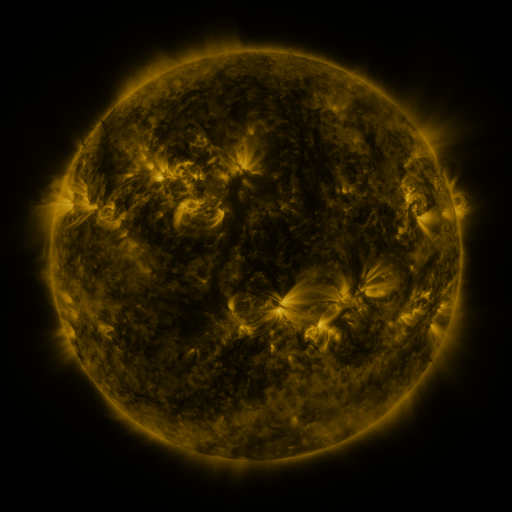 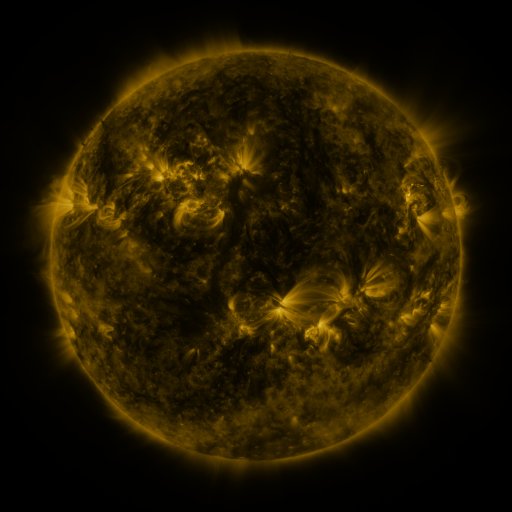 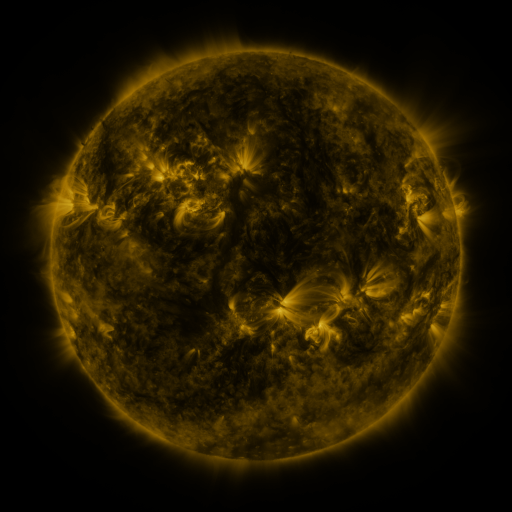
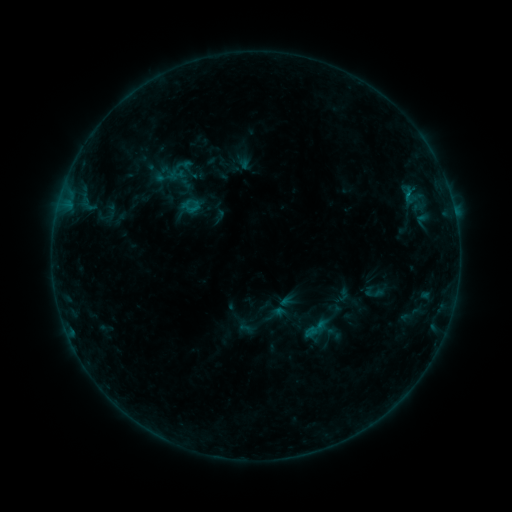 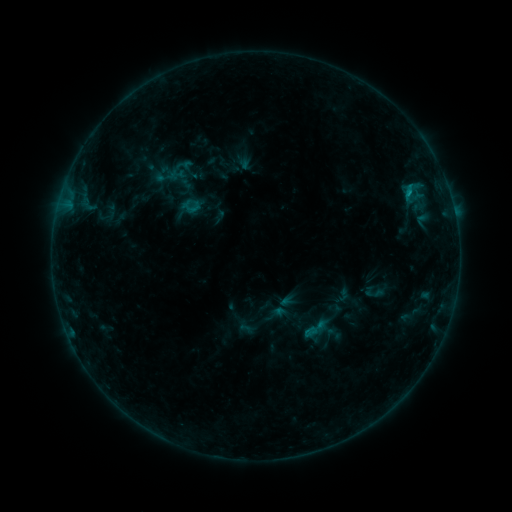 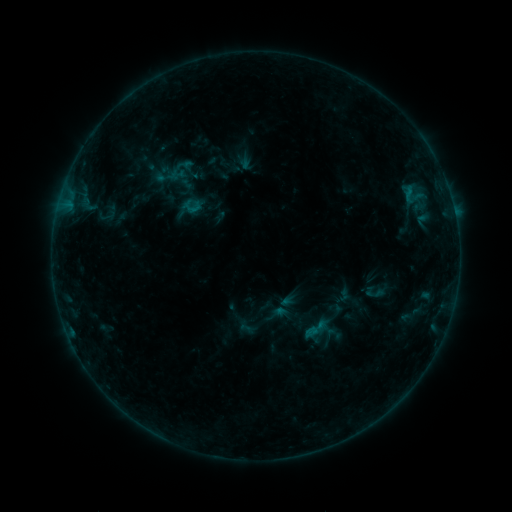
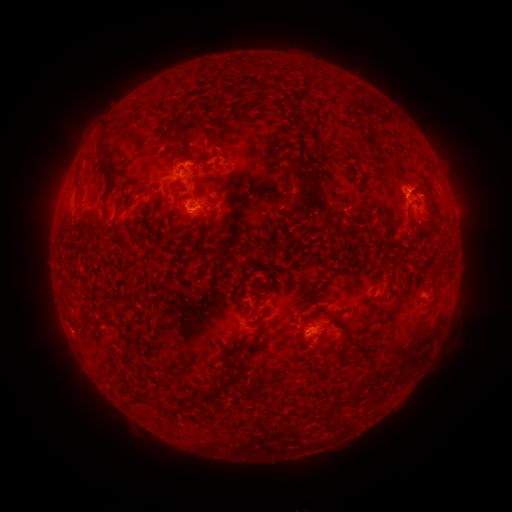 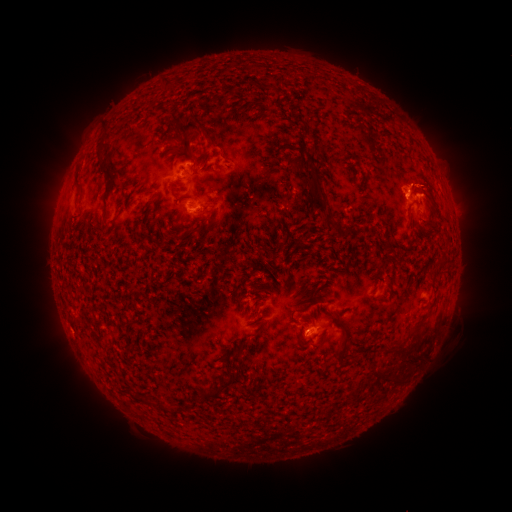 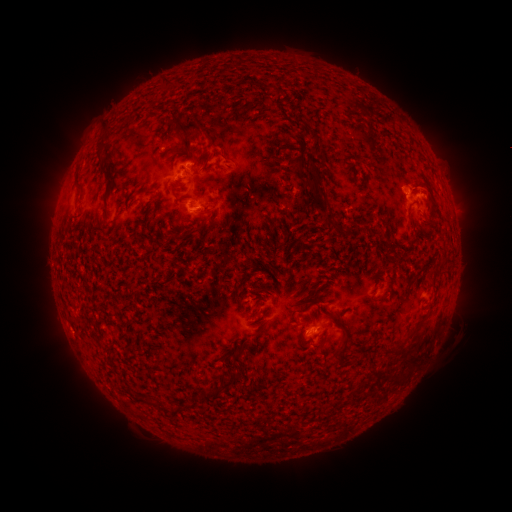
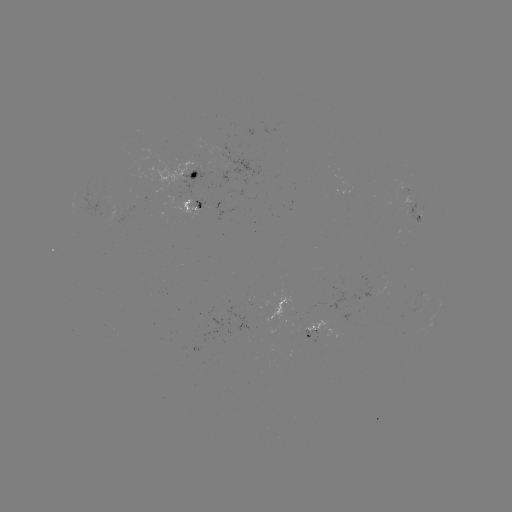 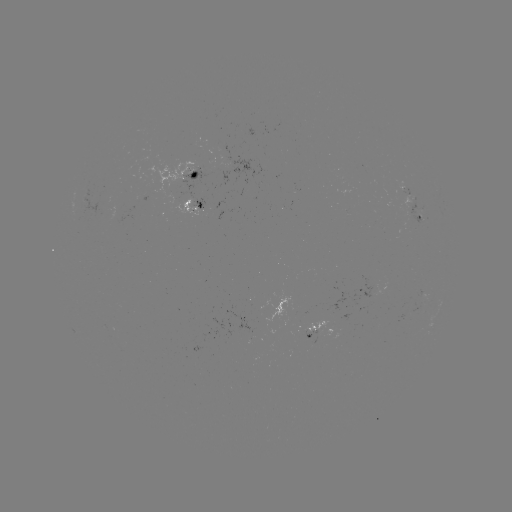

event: flare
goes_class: B6.7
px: (407, 193)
